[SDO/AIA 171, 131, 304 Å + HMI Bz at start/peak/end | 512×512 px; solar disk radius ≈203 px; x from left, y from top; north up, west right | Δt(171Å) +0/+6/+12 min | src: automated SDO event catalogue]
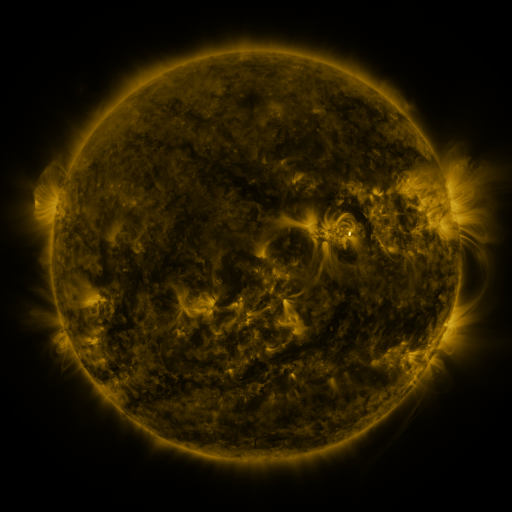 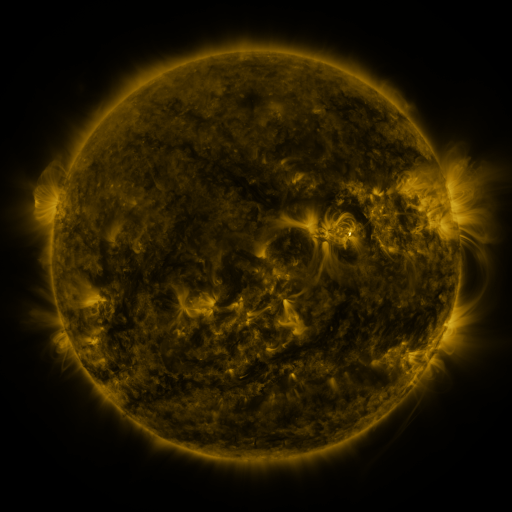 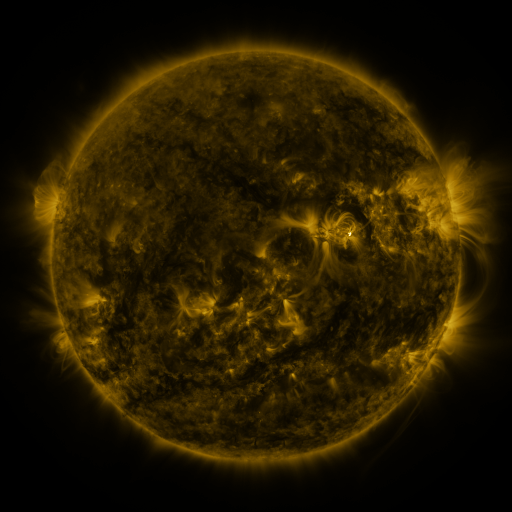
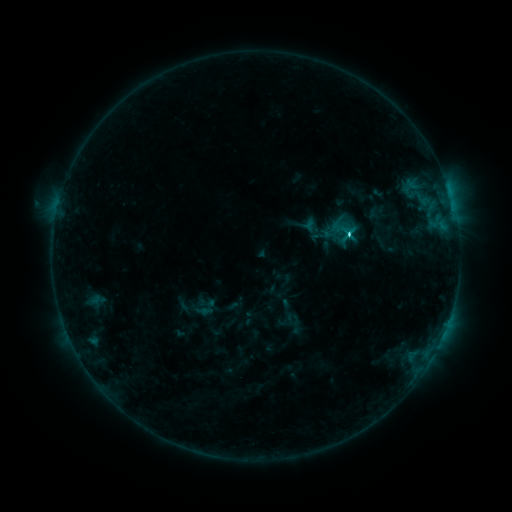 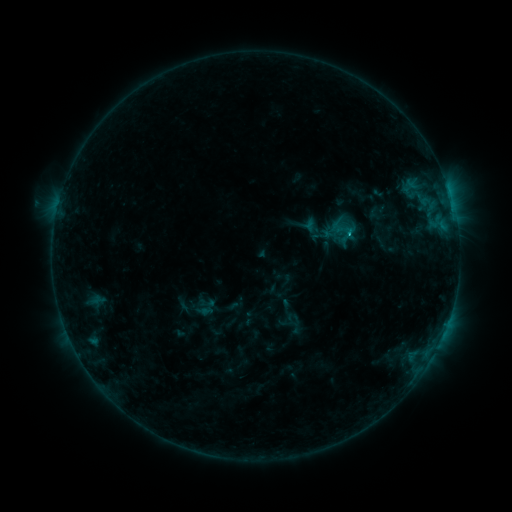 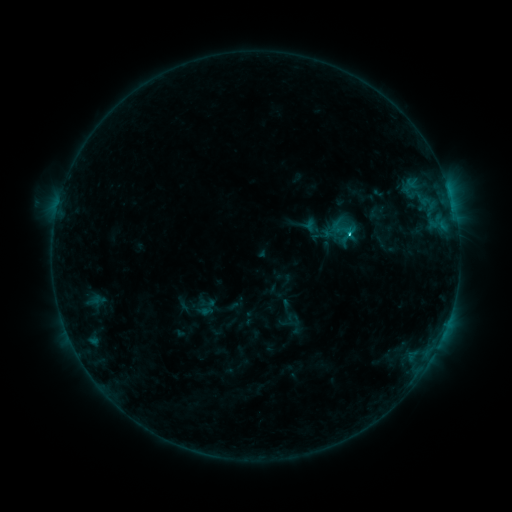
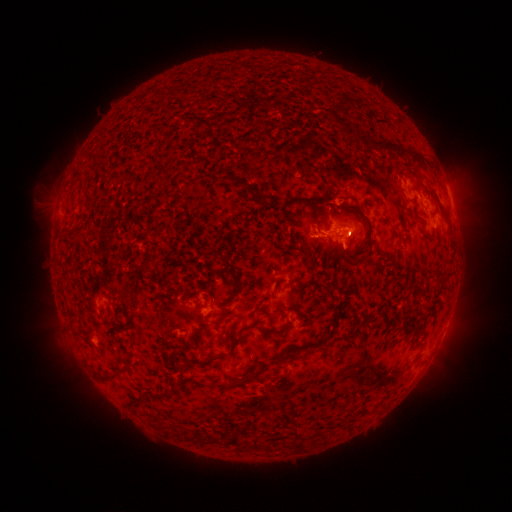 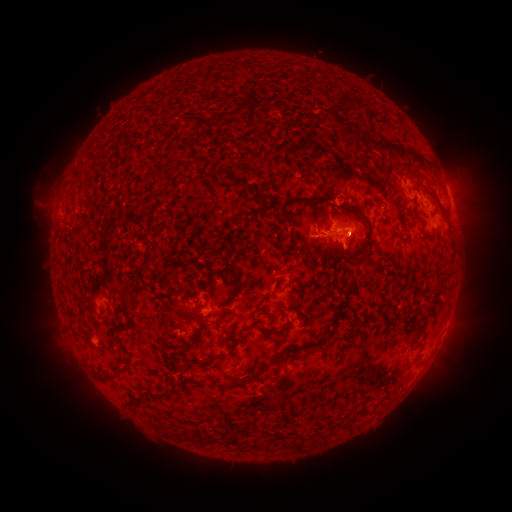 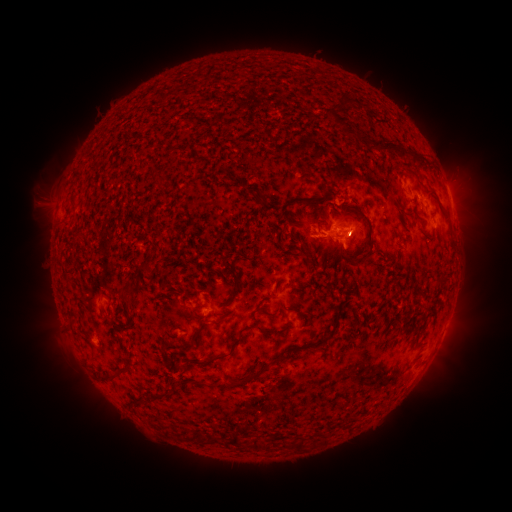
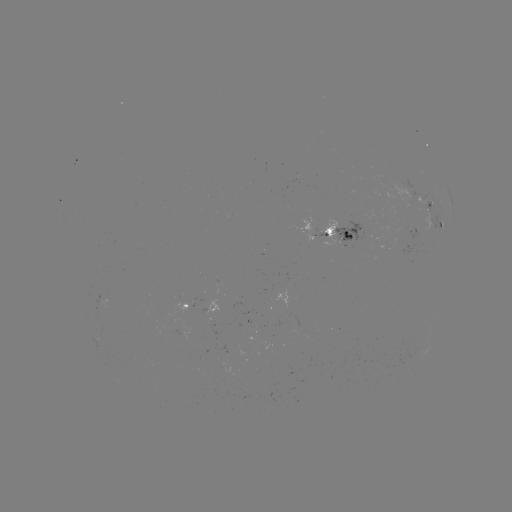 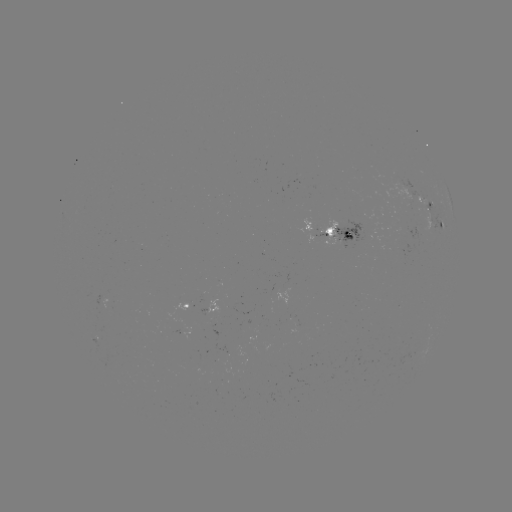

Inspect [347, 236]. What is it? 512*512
C1.2 flare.